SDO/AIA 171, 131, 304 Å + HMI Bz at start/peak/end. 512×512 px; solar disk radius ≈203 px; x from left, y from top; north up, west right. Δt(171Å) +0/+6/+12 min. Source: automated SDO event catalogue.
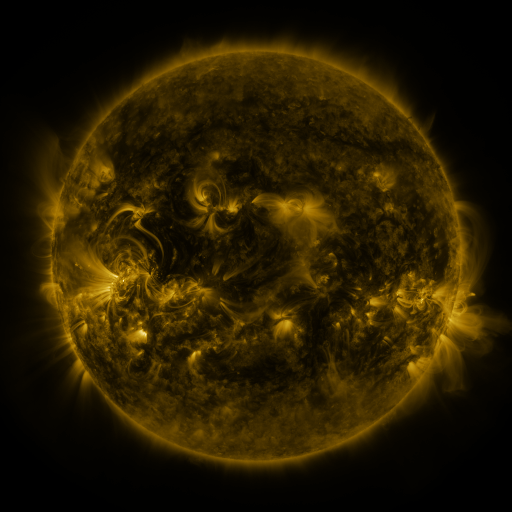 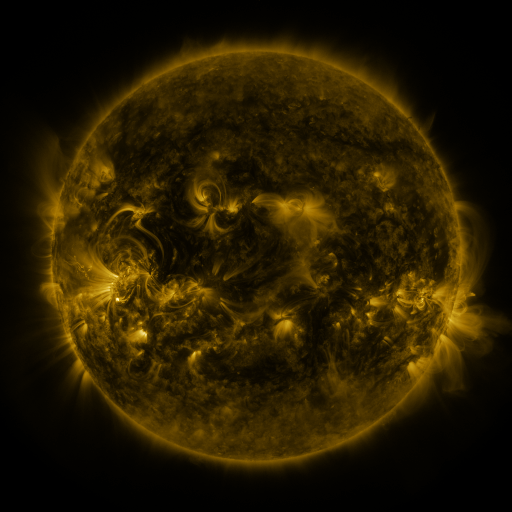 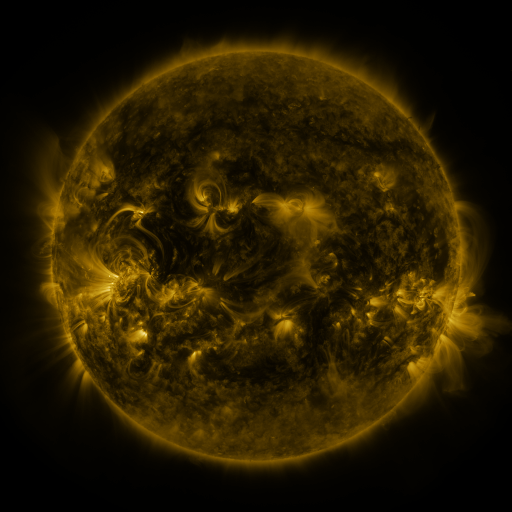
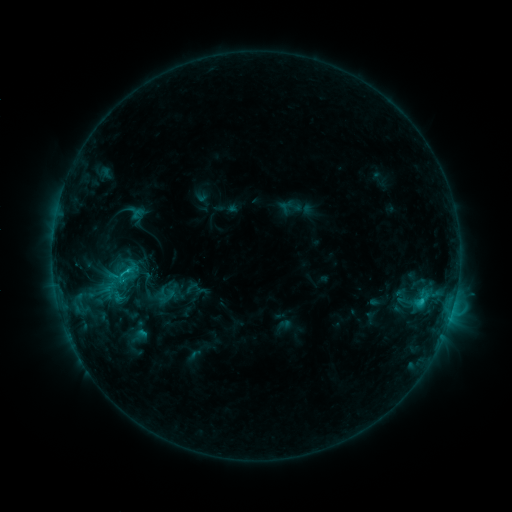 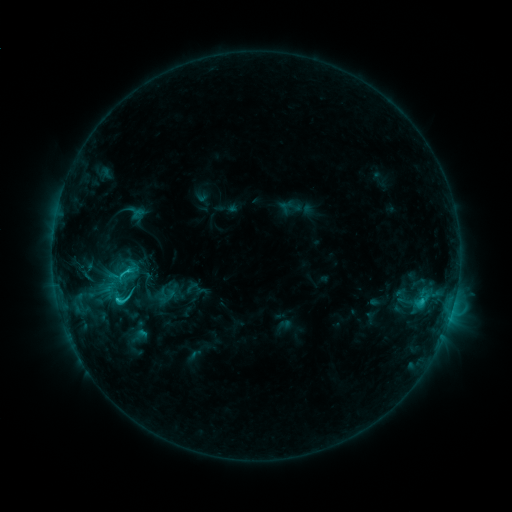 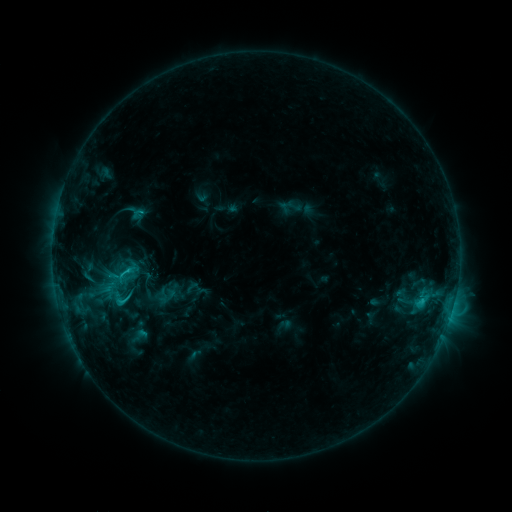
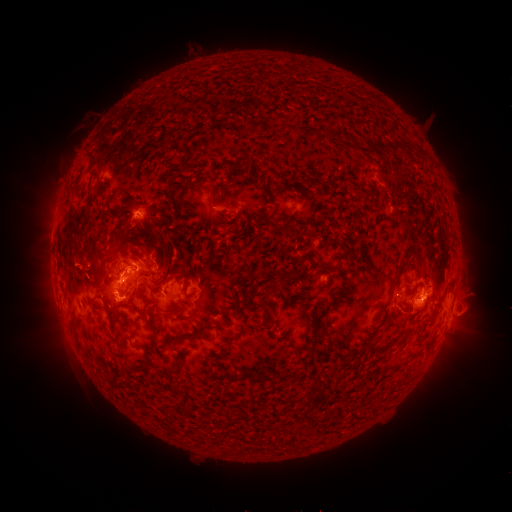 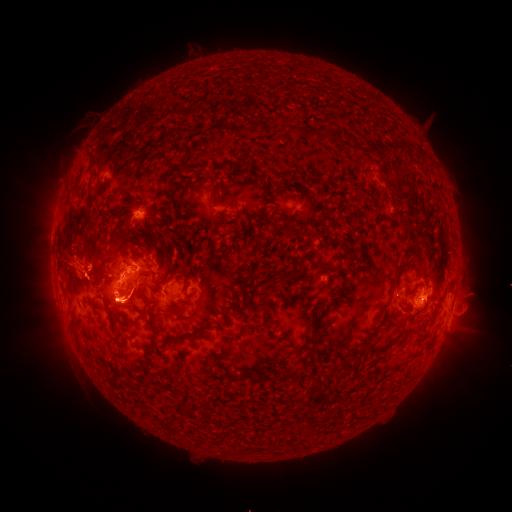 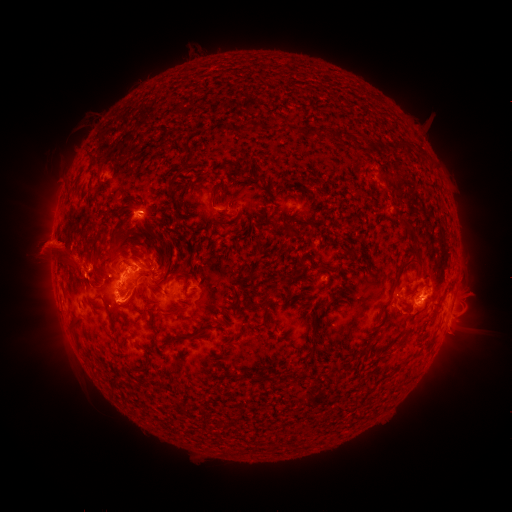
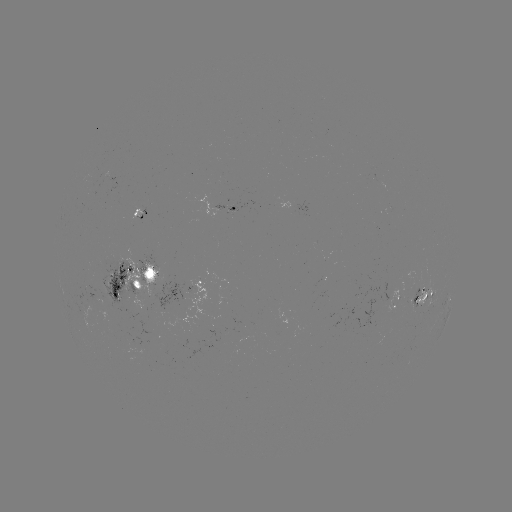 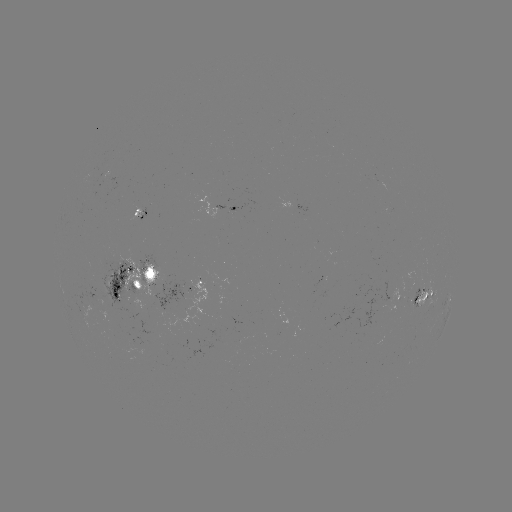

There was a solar flare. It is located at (118, 296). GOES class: C4.5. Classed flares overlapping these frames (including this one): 1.